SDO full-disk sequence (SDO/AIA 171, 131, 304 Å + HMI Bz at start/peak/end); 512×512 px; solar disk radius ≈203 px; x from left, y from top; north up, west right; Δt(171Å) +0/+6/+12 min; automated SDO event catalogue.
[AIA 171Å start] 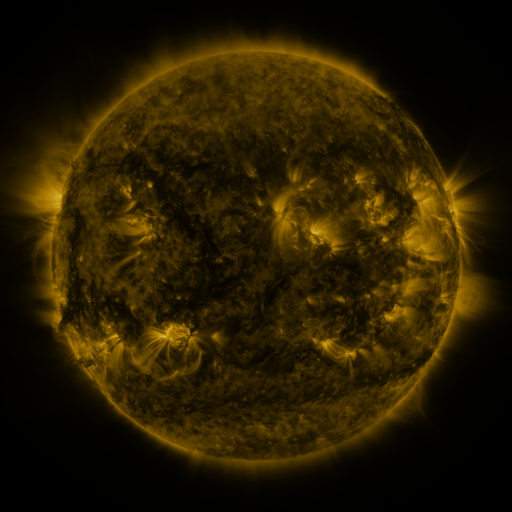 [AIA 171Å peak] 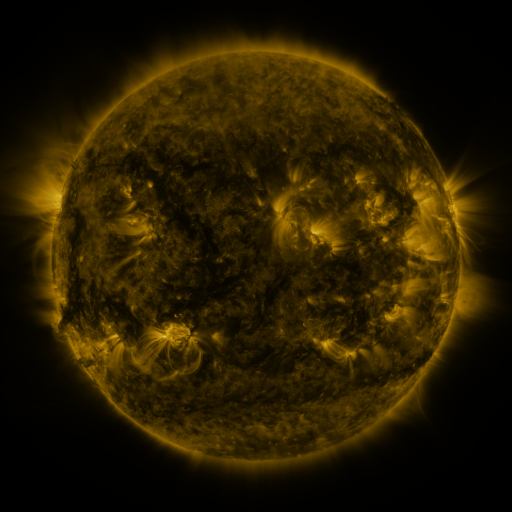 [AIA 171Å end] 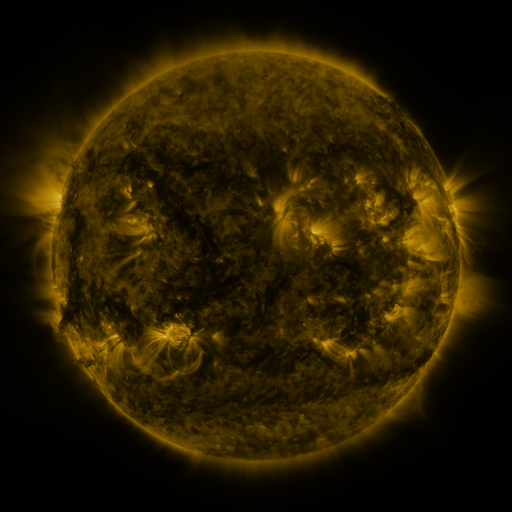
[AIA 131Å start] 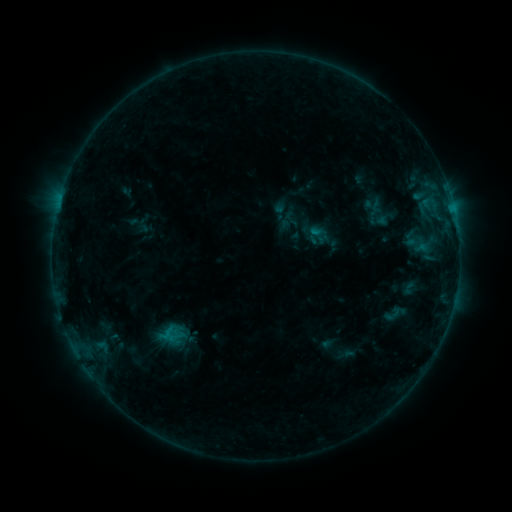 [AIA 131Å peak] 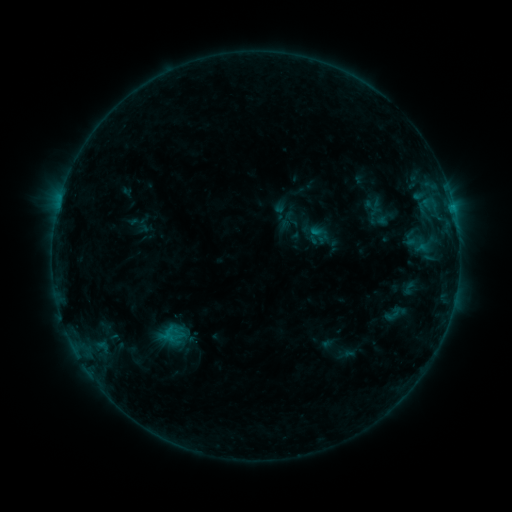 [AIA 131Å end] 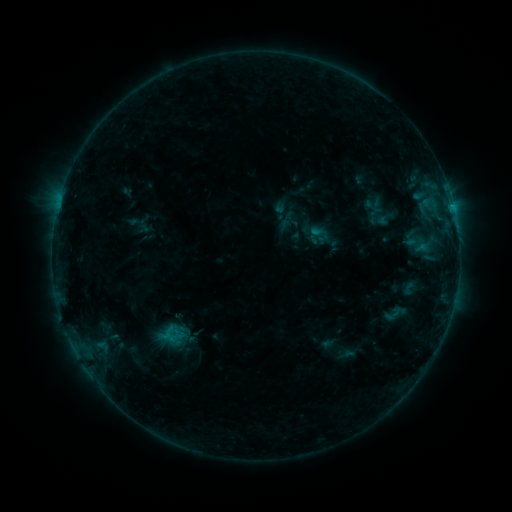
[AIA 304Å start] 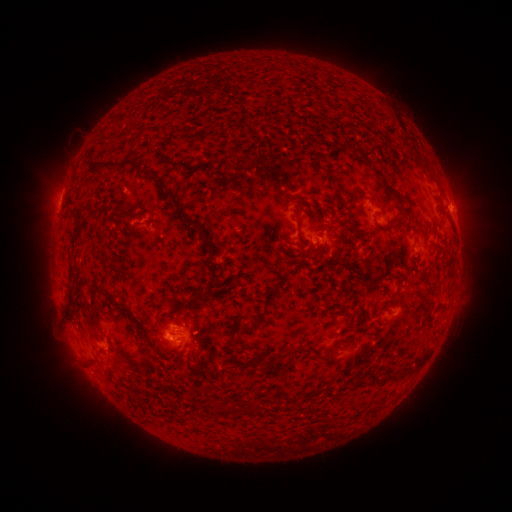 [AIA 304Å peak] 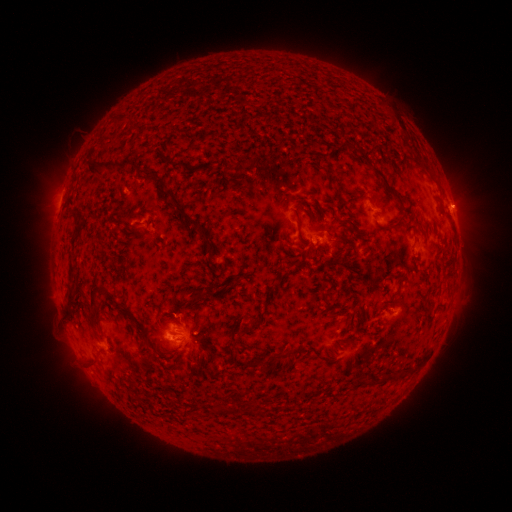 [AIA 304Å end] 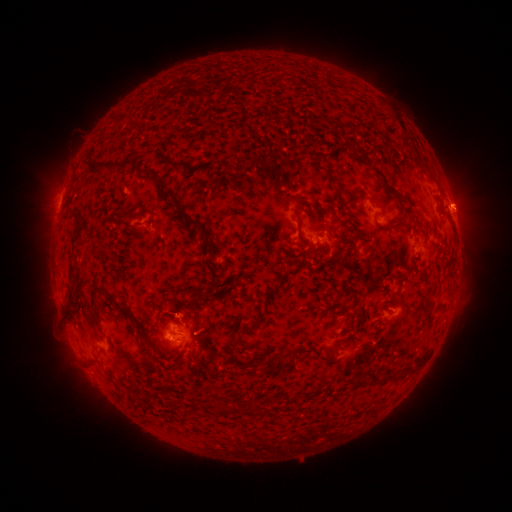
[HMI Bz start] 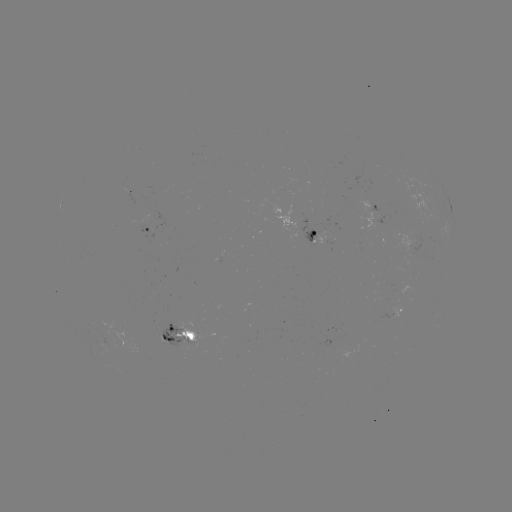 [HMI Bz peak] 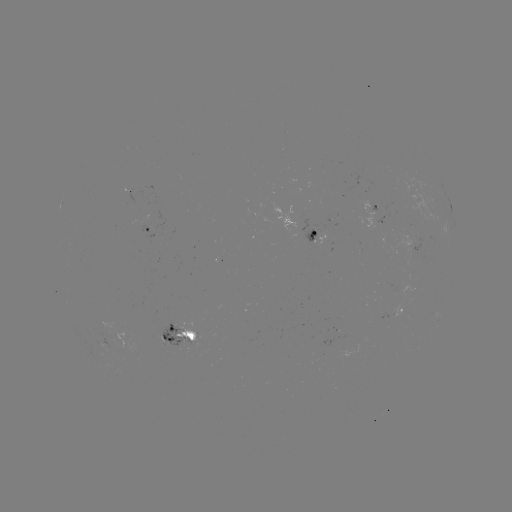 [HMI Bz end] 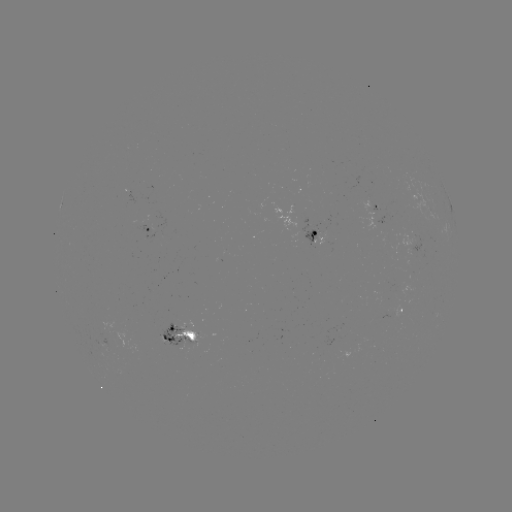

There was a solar eruption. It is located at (459, 203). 